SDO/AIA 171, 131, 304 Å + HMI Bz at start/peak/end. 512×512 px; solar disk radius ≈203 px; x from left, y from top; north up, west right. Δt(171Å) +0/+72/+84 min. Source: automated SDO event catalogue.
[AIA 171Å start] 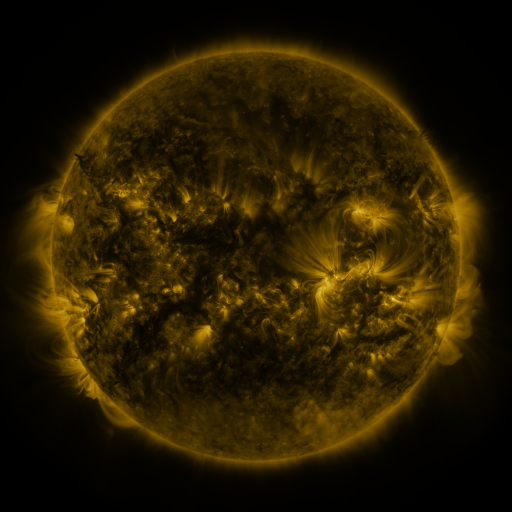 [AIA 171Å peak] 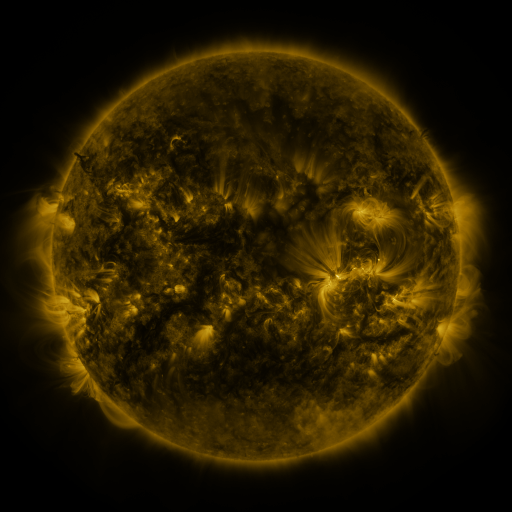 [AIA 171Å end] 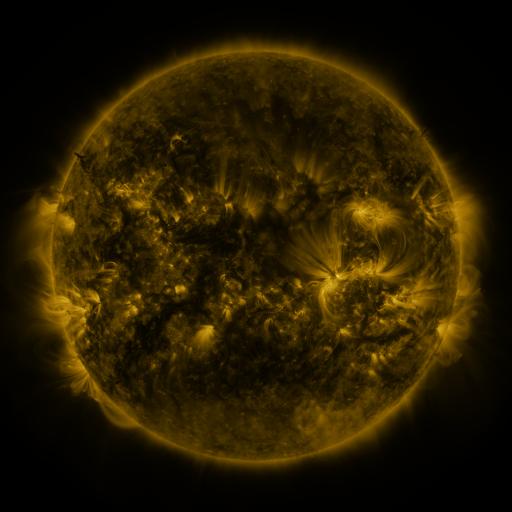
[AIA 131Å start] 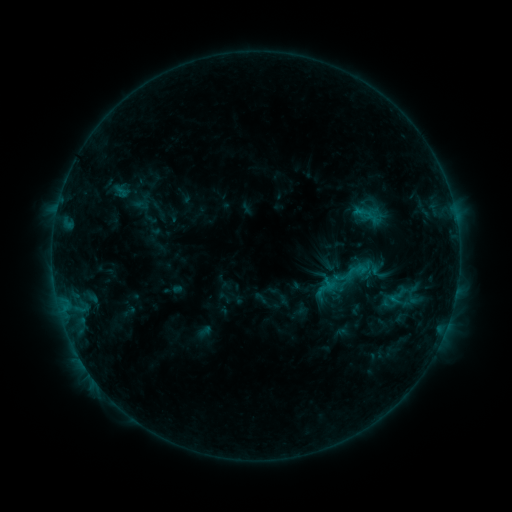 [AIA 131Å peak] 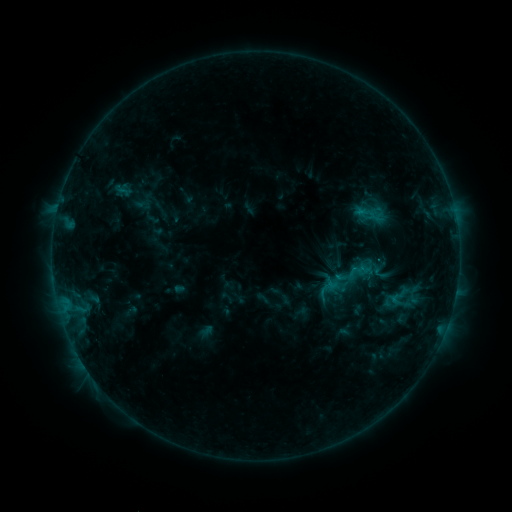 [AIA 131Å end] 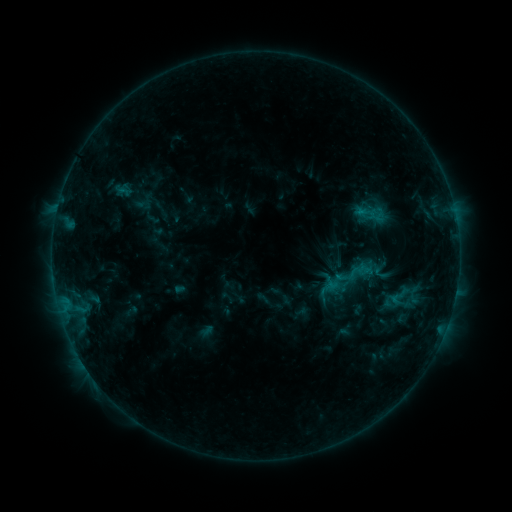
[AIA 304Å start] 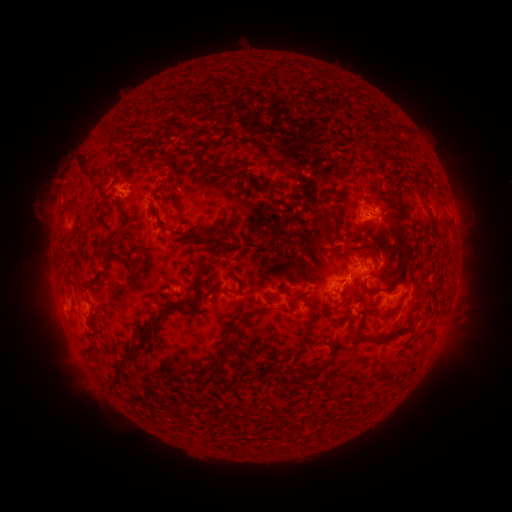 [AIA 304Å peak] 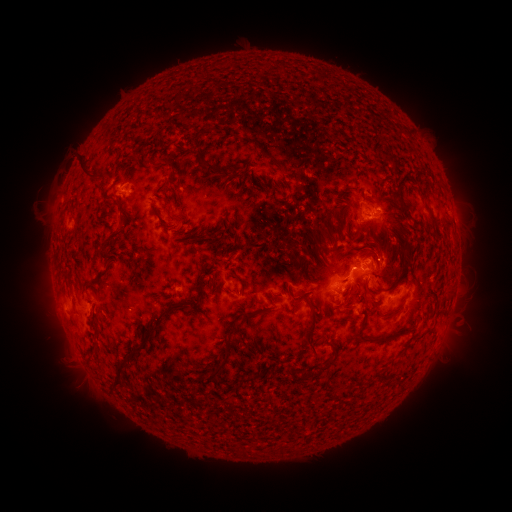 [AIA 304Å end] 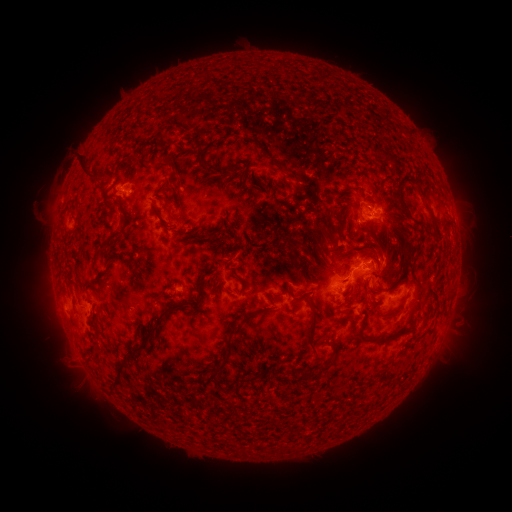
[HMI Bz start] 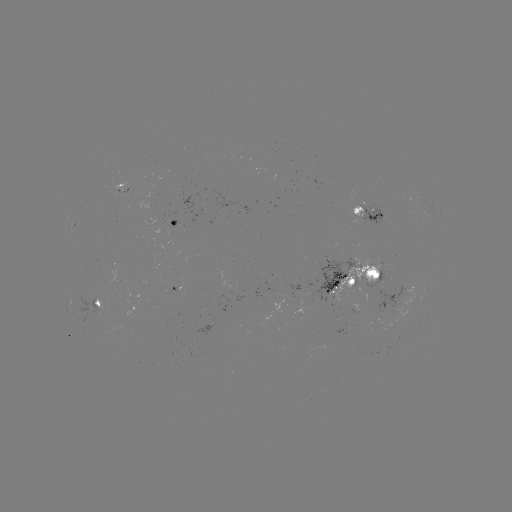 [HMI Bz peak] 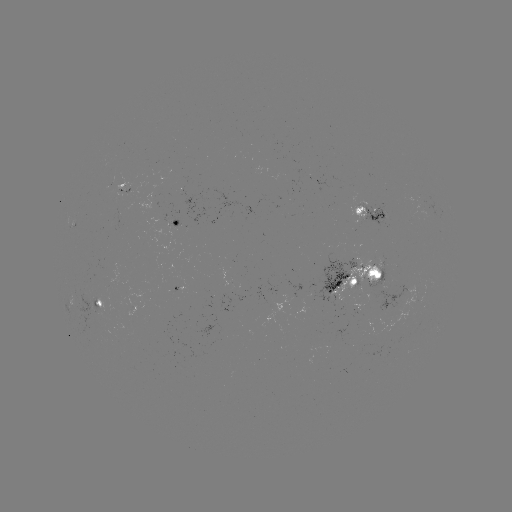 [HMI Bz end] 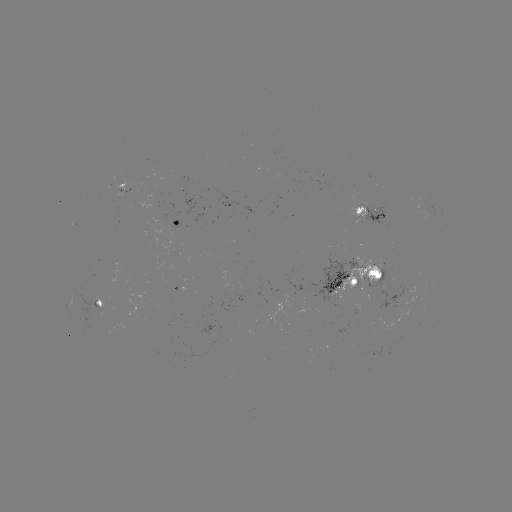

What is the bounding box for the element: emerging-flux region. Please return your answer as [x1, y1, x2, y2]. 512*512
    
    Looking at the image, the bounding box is [118, 183, 133, 194].